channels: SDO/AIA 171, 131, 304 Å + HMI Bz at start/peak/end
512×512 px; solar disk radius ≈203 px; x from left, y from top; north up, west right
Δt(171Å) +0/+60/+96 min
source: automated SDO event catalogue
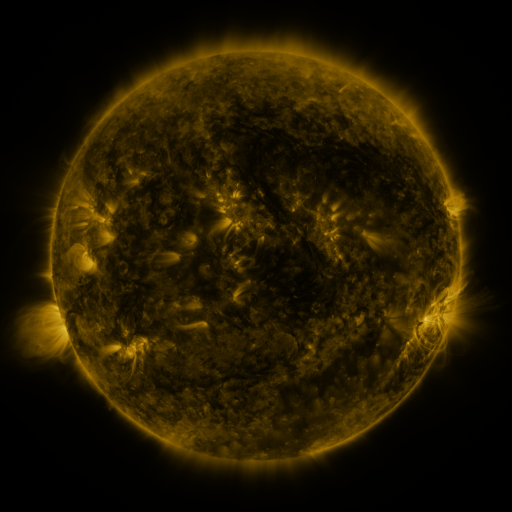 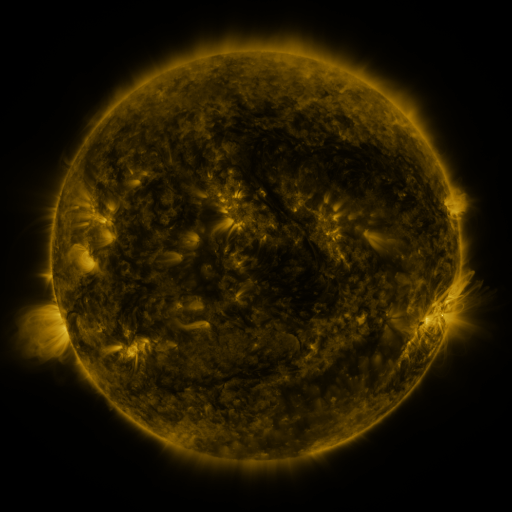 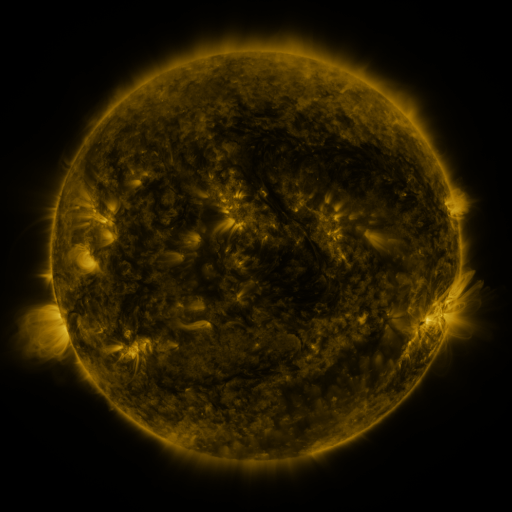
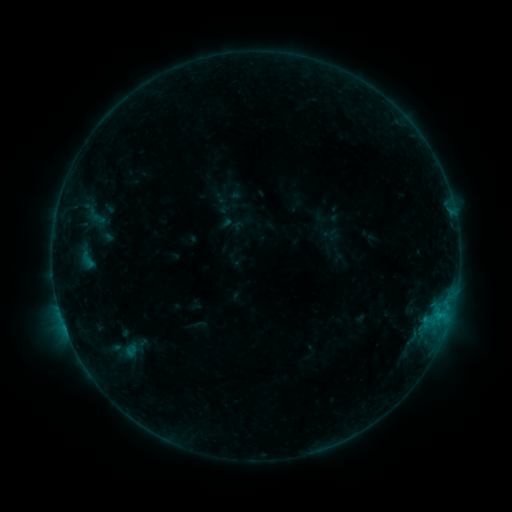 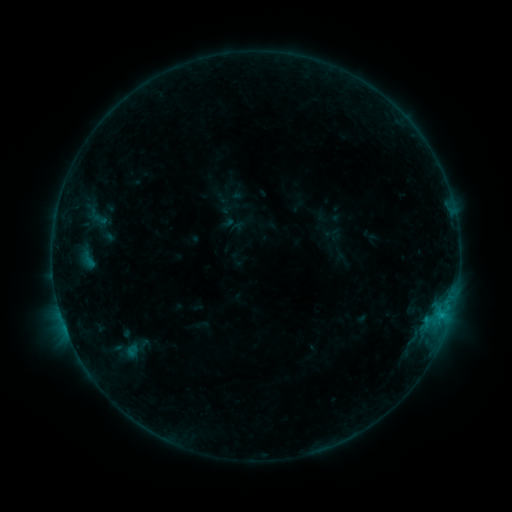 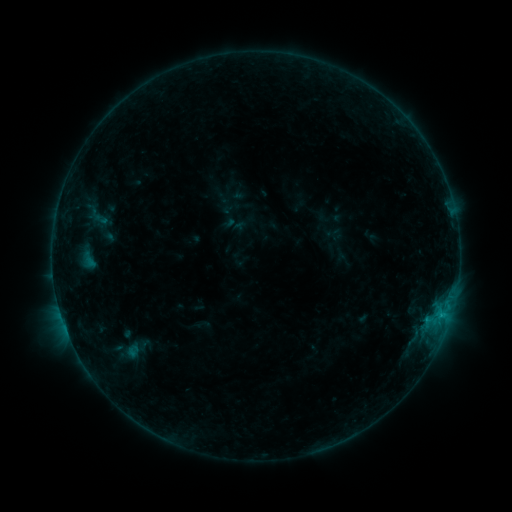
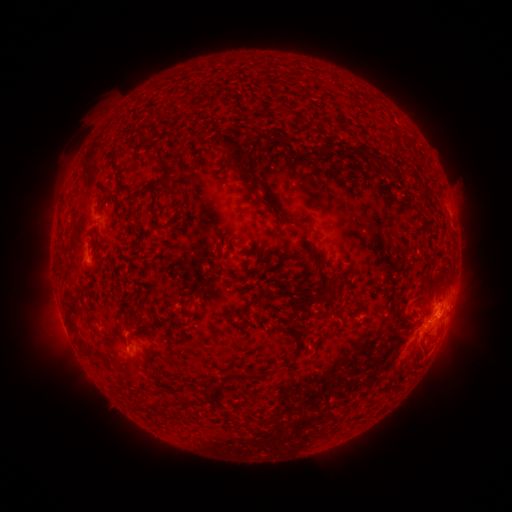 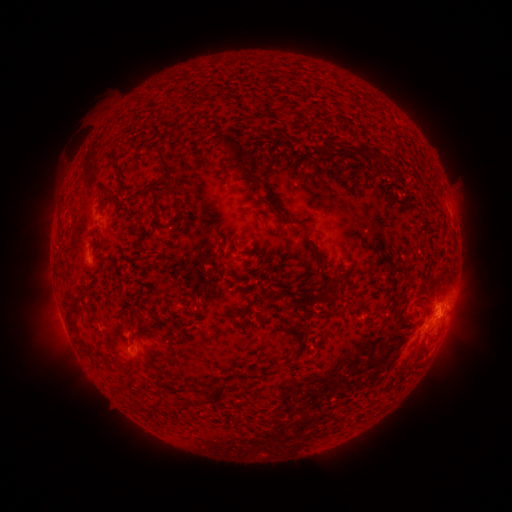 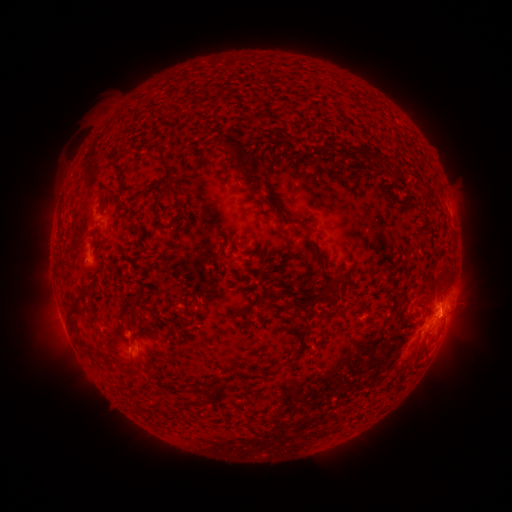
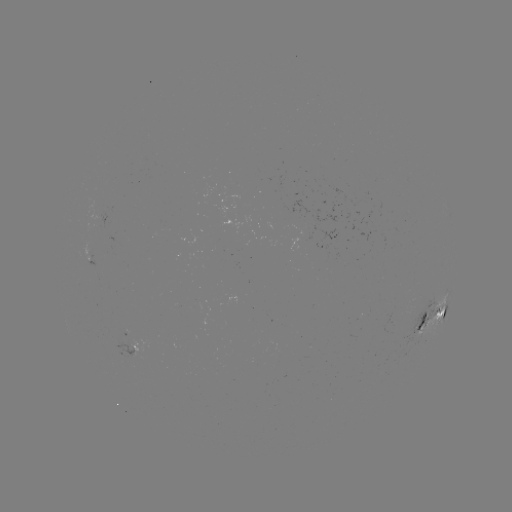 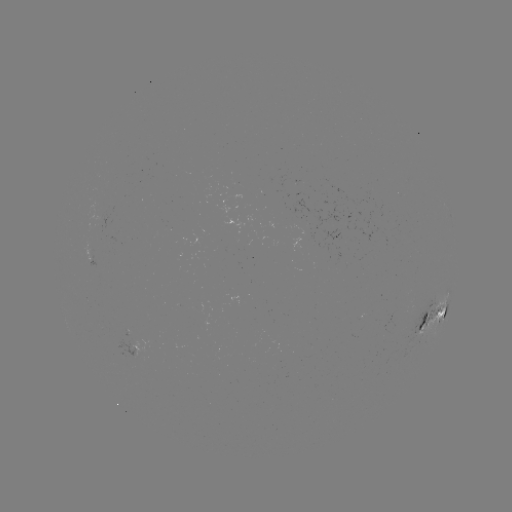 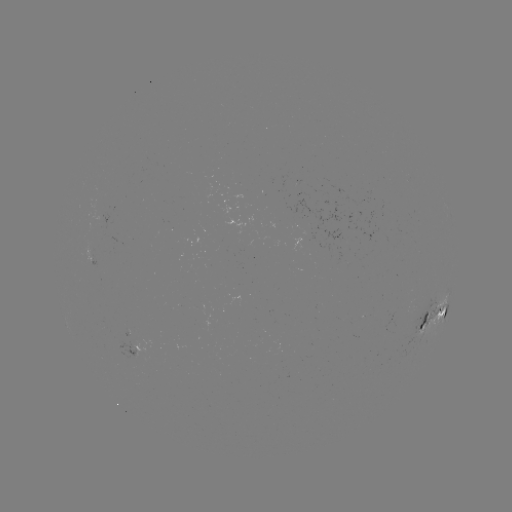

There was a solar emerging-flux region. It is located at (90, 251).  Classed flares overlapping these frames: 2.